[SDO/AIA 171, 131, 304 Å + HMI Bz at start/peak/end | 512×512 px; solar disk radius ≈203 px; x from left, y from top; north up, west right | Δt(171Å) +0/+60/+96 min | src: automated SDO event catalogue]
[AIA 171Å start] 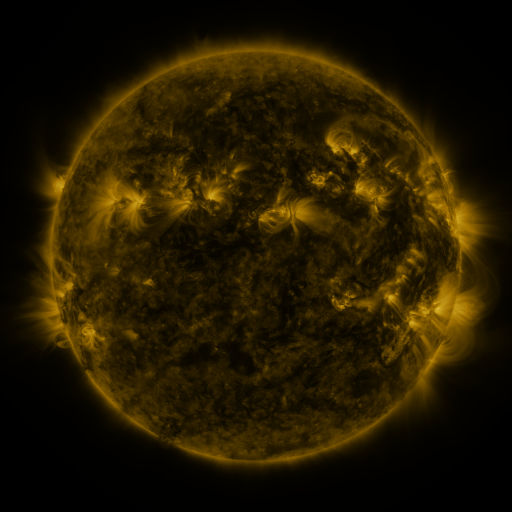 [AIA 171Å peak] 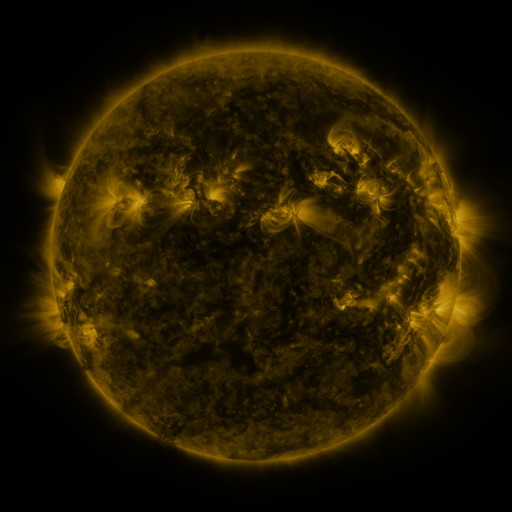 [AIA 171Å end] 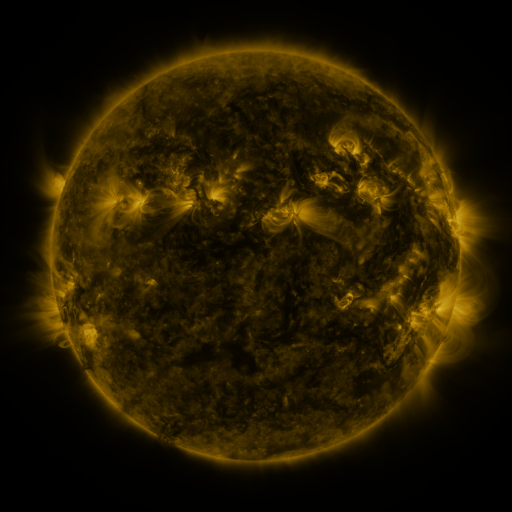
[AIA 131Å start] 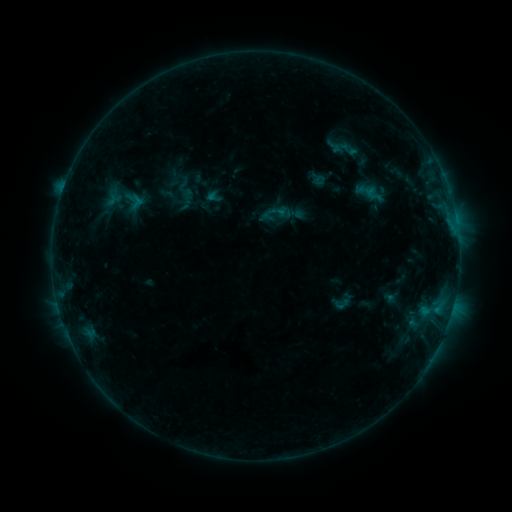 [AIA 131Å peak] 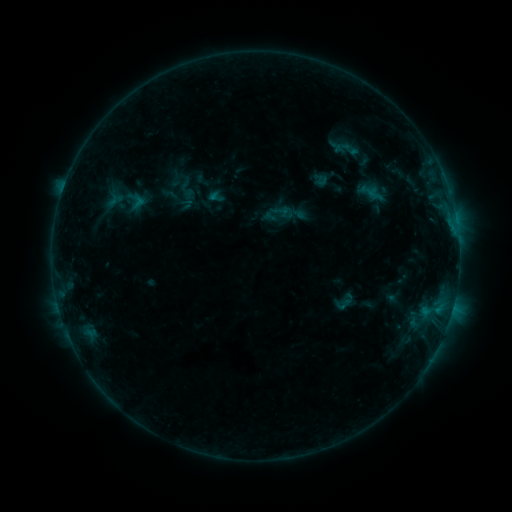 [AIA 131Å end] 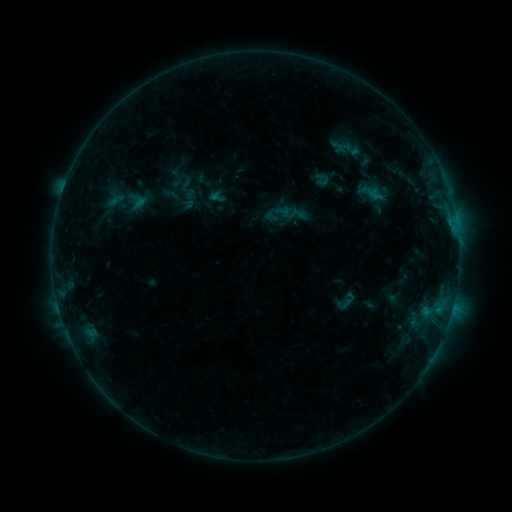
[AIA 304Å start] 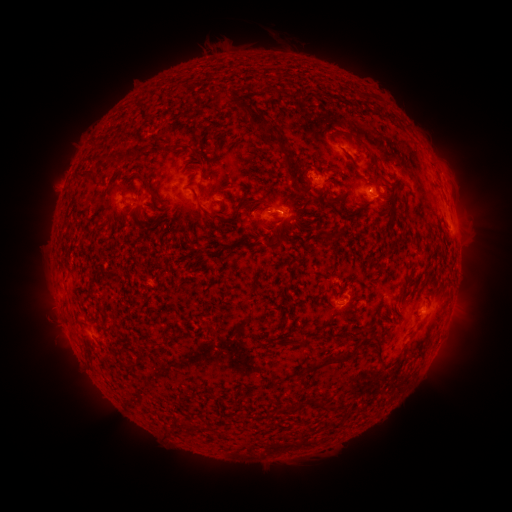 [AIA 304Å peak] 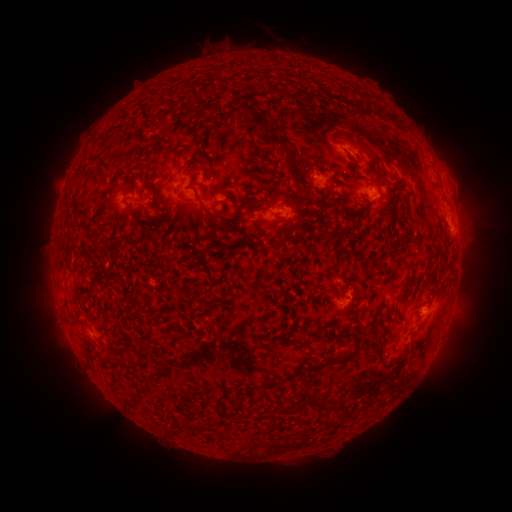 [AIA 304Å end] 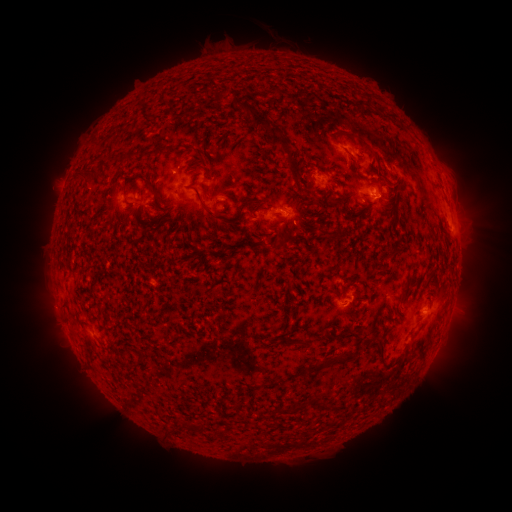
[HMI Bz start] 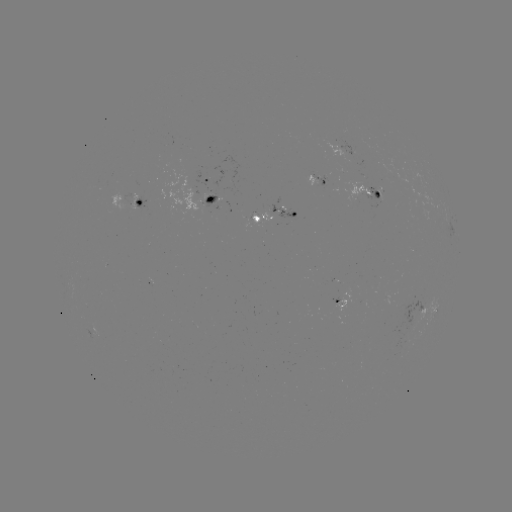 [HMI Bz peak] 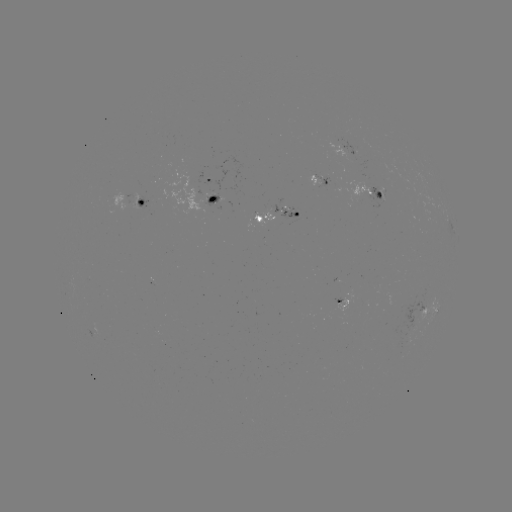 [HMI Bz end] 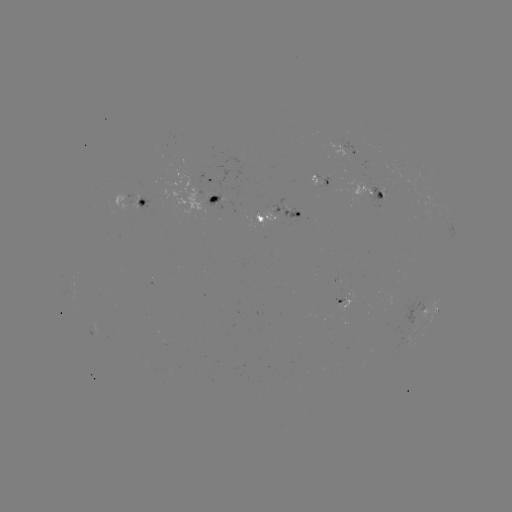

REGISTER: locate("emerging-flux region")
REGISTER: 139,200